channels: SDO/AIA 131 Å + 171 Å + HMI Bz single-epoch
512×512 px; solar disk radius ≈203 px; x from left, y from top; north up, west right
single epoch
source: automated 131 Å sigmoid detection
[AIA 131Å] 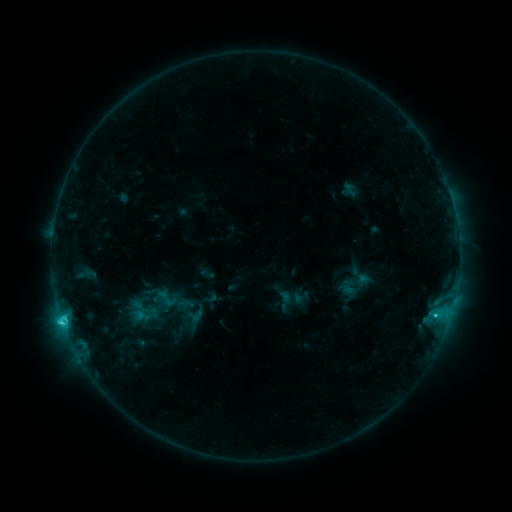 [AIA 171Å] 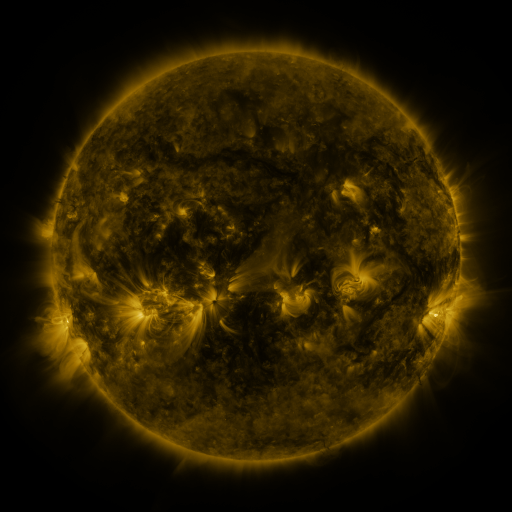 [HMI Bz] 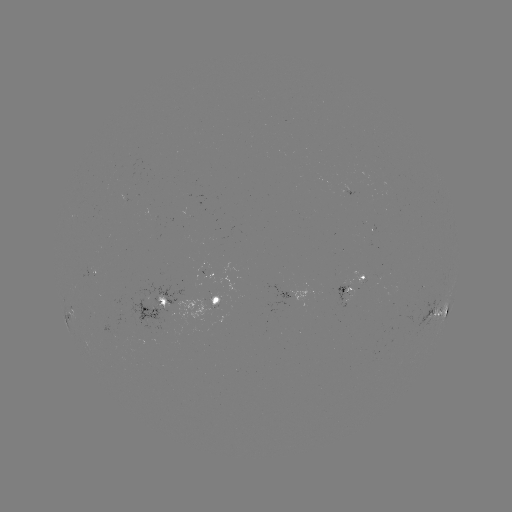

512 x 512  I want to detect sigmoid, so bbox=[151, 286, 182, 311].